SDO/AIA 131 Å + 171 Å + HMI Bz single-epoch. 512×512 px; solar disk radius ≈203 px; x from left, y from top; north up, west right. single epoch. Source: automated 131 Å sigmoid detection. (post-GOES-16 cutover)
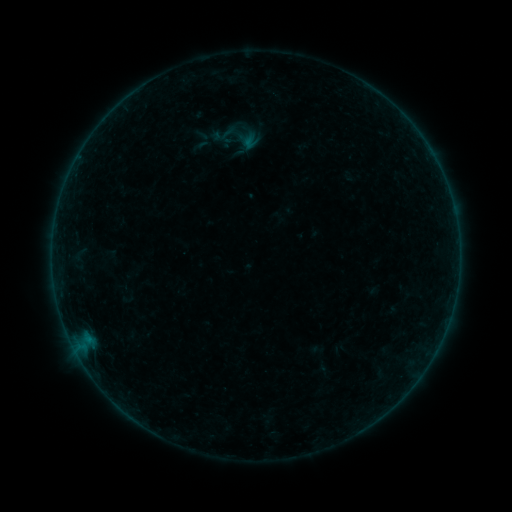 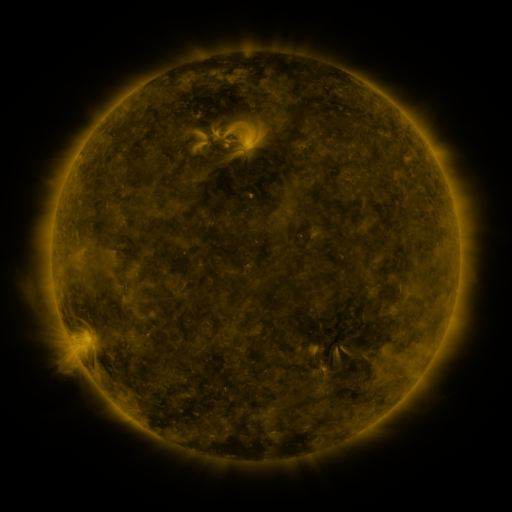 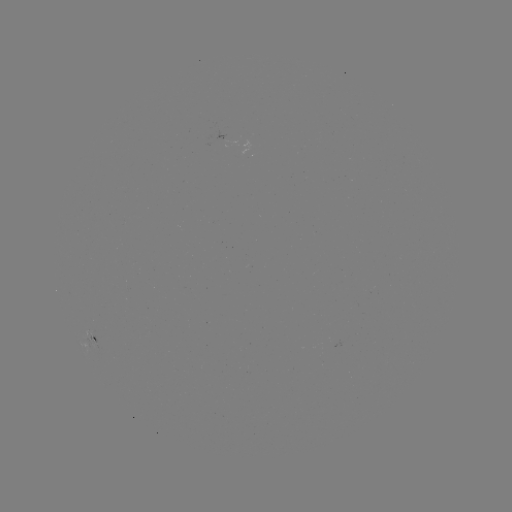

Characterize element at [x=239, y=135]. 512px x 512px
sigmoid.